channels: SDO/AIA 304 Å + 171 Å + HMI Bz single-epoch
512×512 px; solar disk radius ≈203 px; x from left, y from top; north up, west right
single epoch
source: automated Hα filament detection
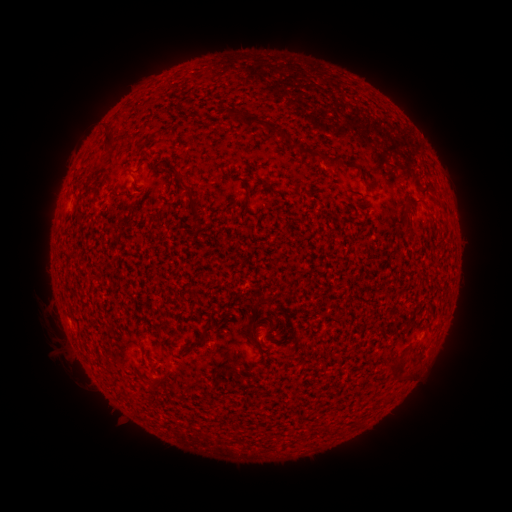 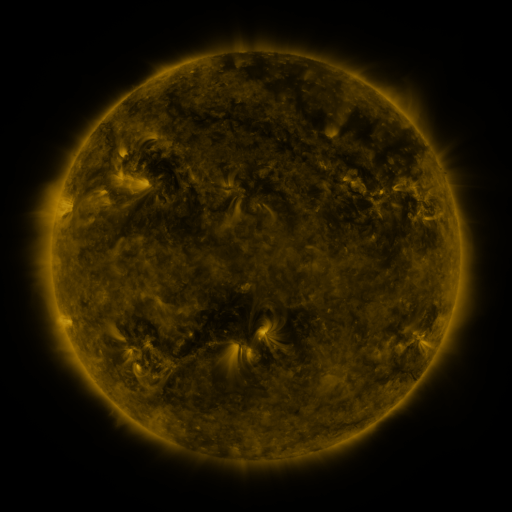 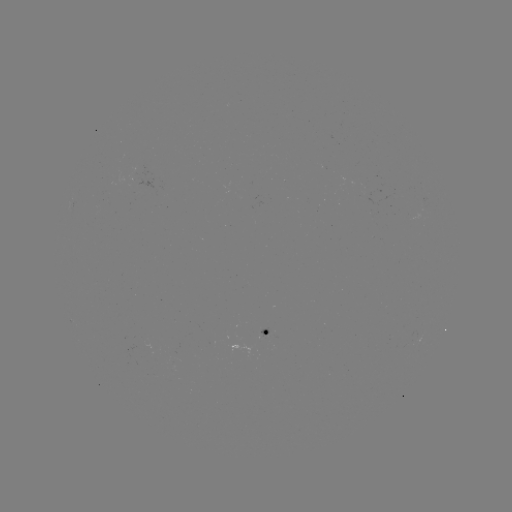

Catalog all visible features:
filament: (108, 137)
filament: (287, 138)
filament: (135, 182)
filament: (187, 188)
filament: (246, 201)
filament: (423, 203)
filament: (250, 334)
filament: (203, 336)
filament: (398, 363)
filament: (326, 430)
